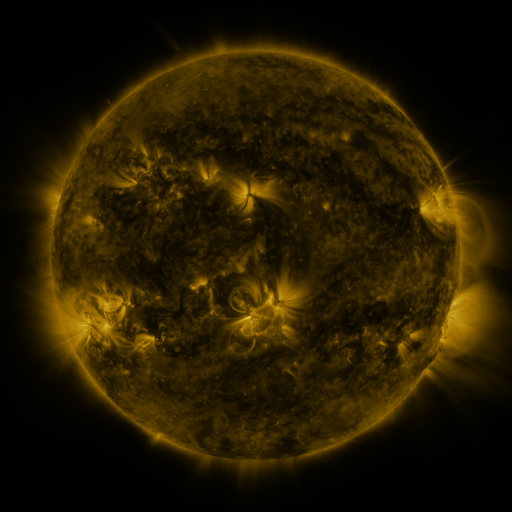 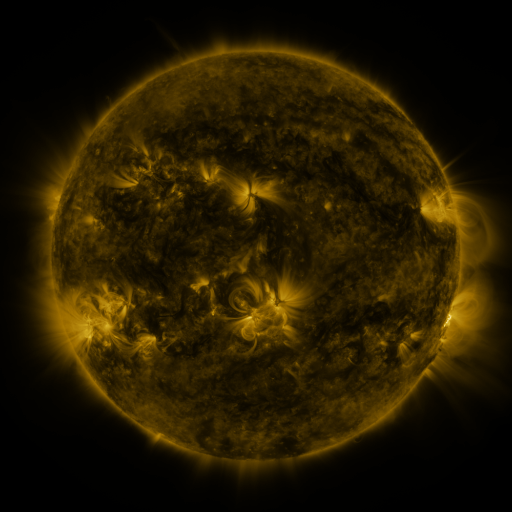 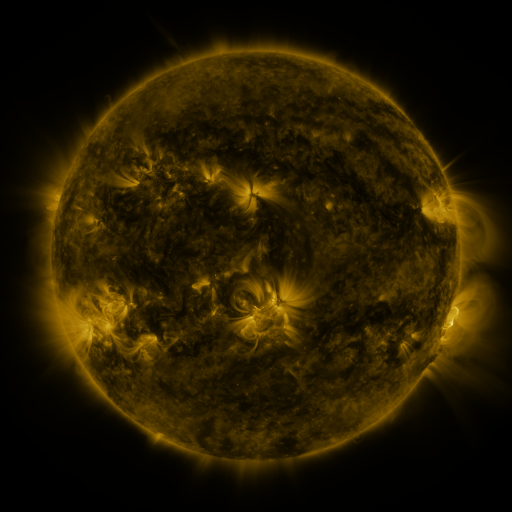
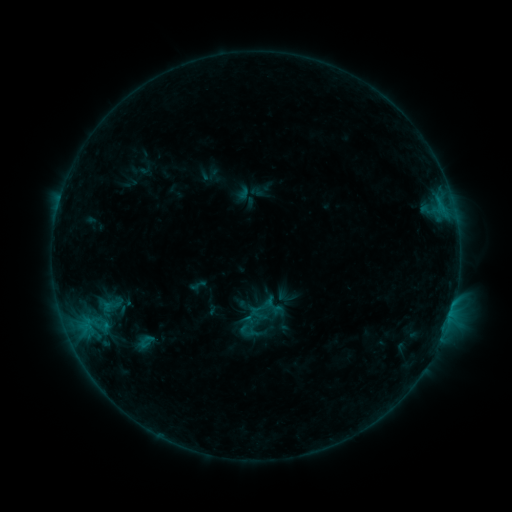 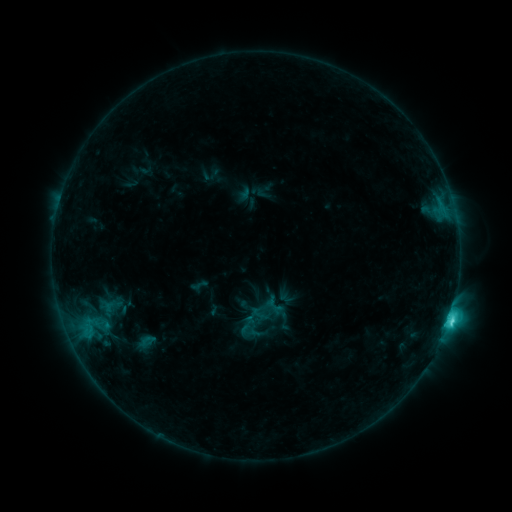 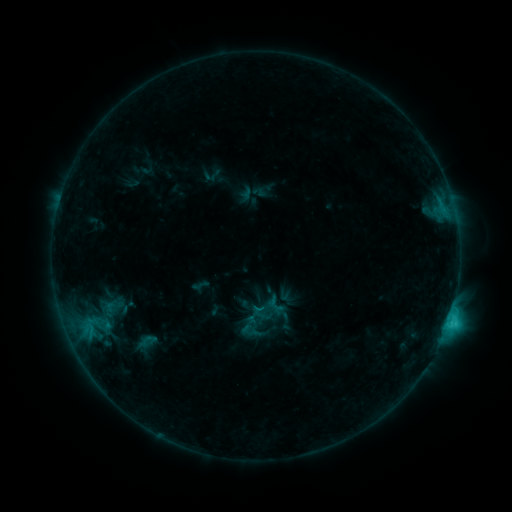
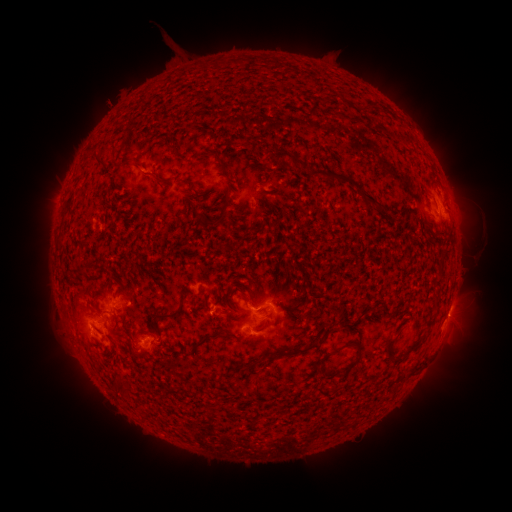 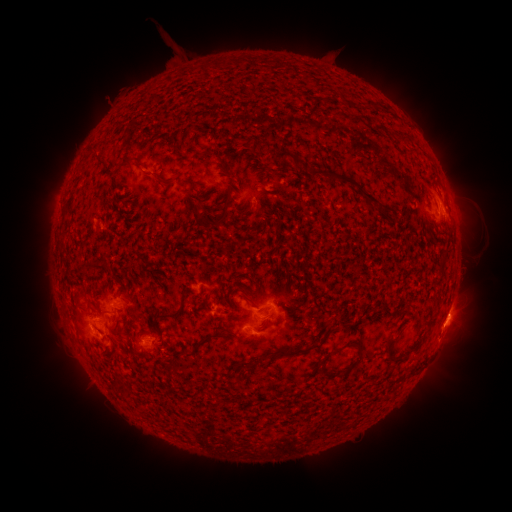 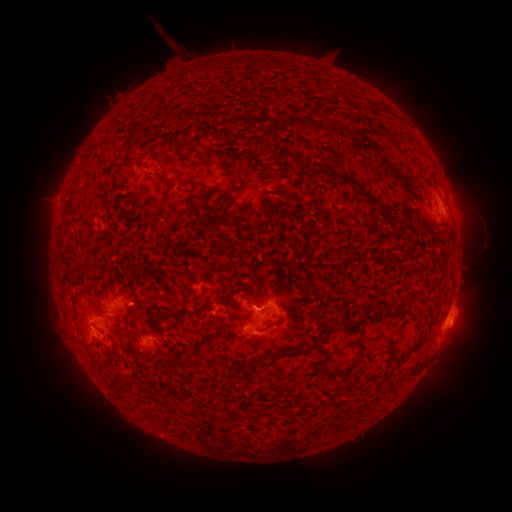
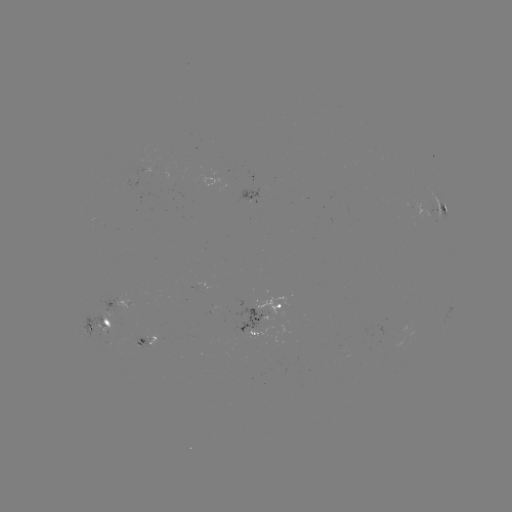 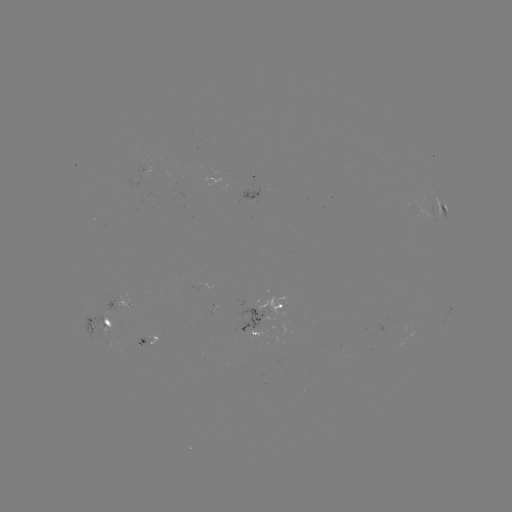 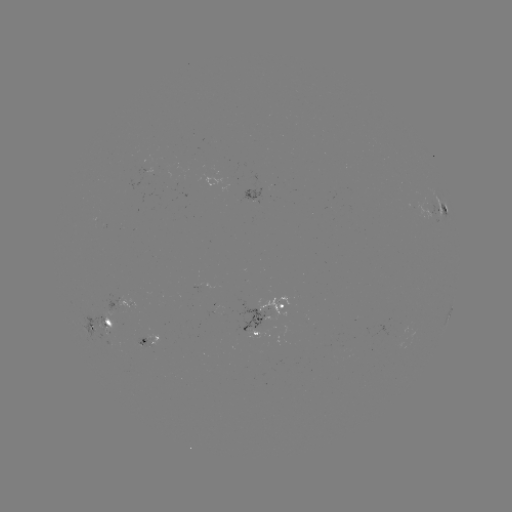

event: flare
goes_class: C3.9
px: (449, 318)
